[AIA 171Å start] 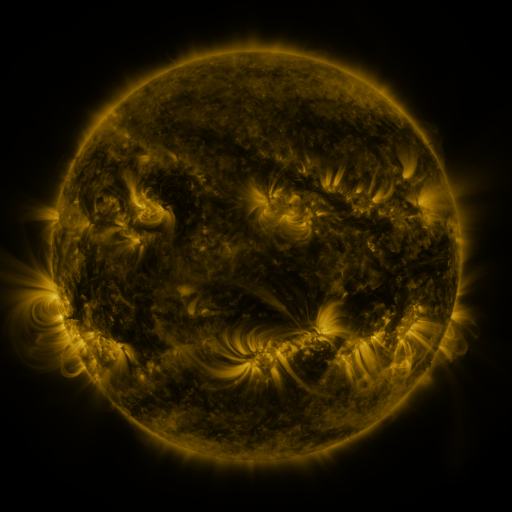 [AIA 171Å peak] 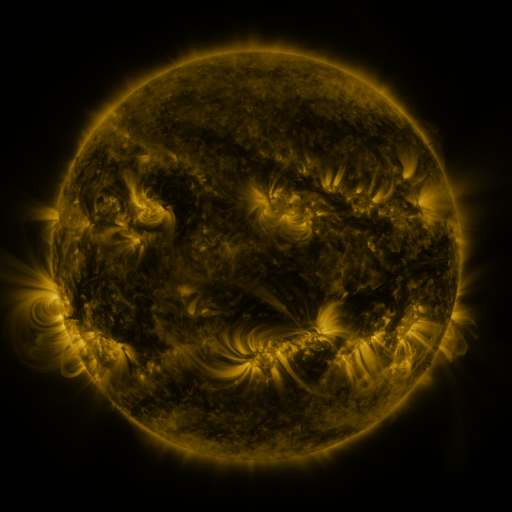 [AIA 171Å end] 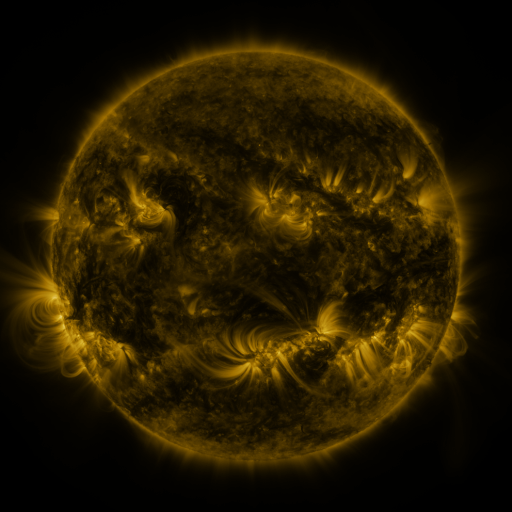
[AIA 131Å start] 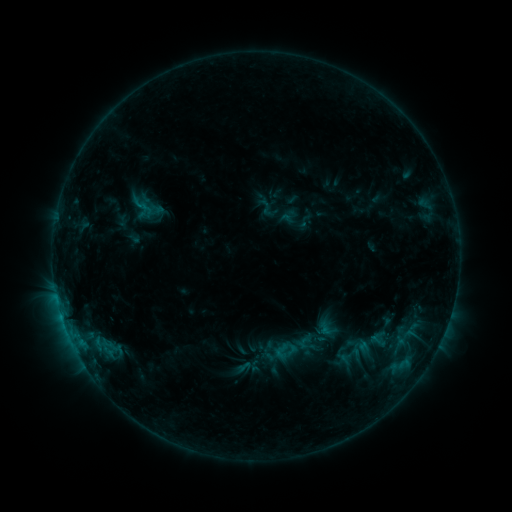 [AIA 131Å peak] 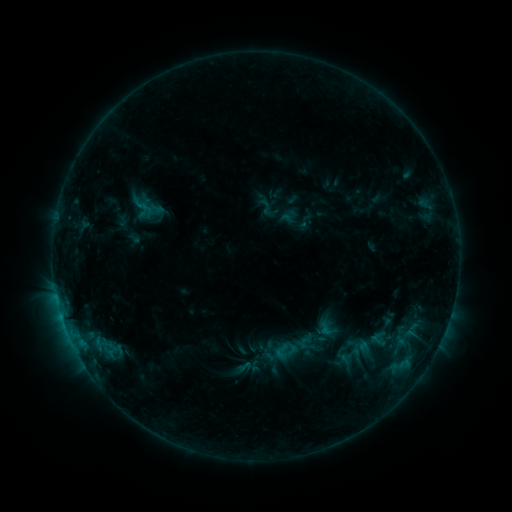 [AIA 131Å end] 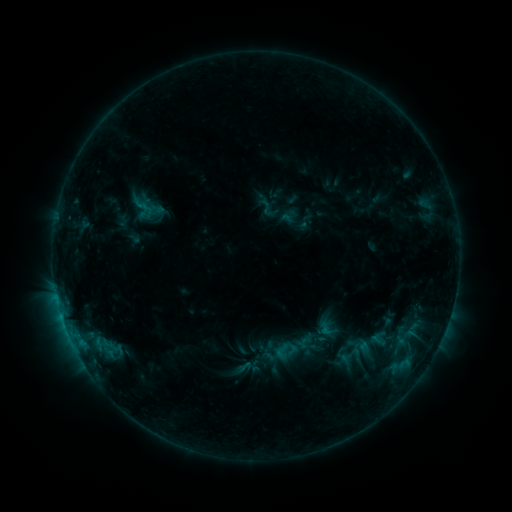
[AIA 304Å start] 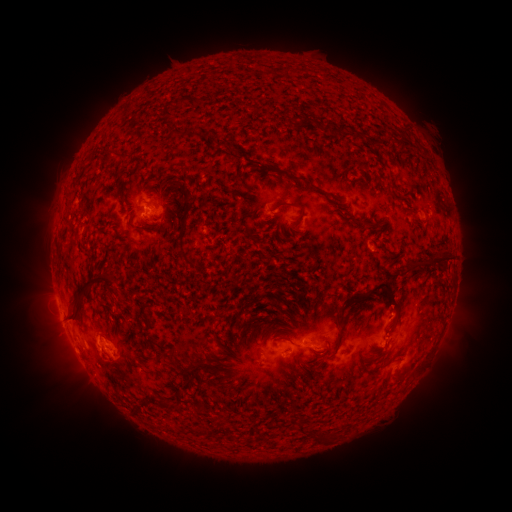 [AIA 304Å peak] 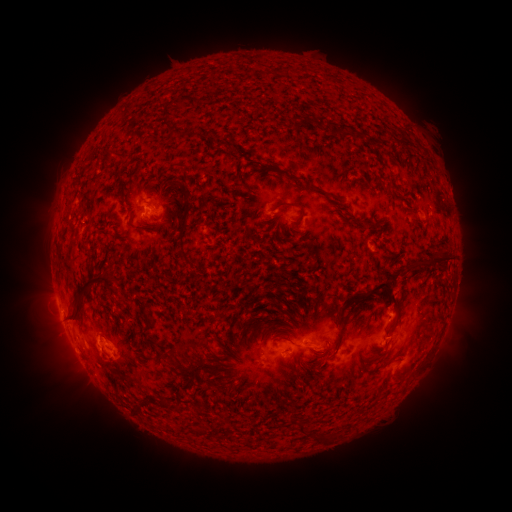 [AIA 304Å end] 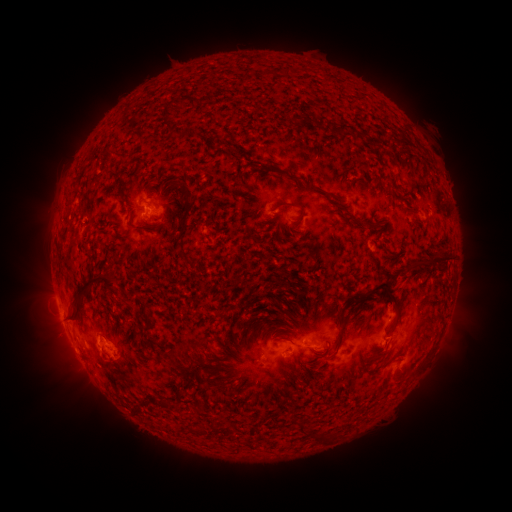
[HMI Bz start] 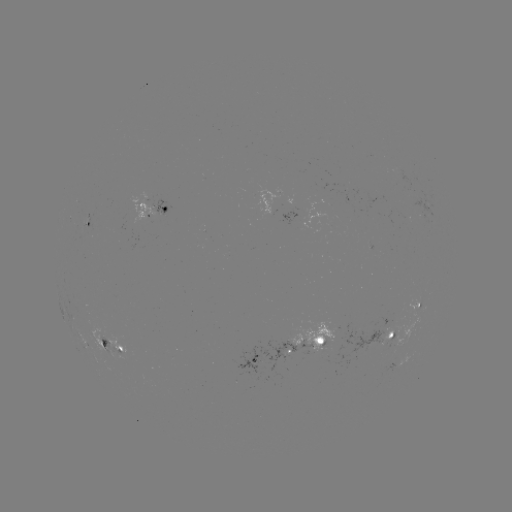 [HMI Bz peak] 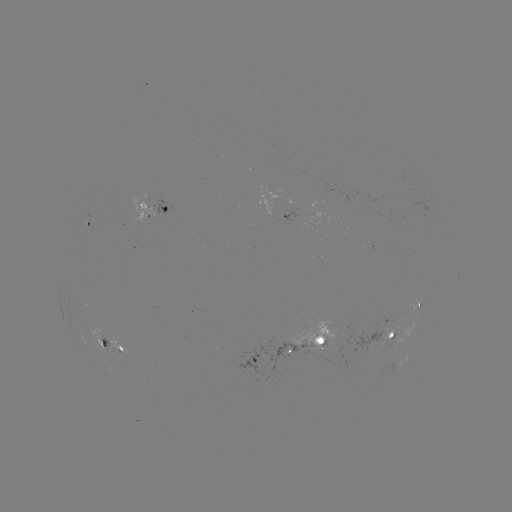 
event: eruption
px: (402, 288)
